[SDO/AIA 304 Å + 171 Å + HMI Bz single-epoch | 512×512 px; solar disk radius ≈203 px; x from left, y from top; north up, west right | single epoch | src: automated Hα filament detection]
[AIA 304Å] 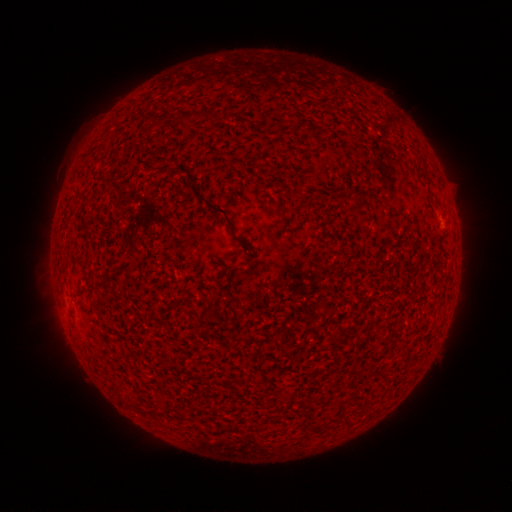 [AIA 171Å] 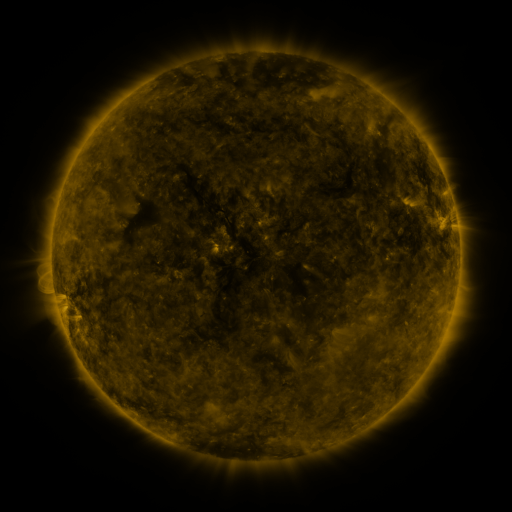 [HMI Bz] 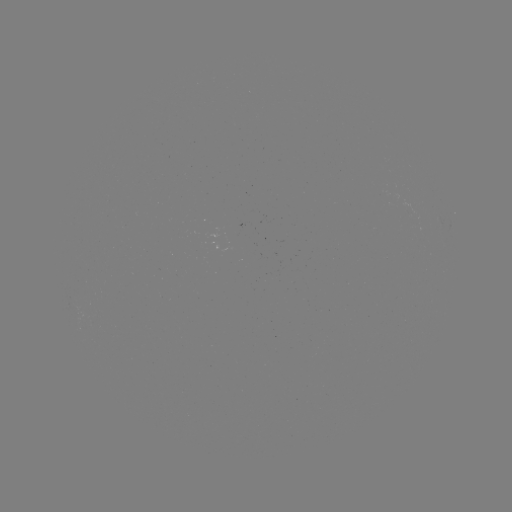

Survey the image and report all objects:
filament: (183, 112, 192, 120)
filament: (189, 184, 234, 232)
filament: (349, 195, 363, 205)
filament: (198, 309, 211, 319)
